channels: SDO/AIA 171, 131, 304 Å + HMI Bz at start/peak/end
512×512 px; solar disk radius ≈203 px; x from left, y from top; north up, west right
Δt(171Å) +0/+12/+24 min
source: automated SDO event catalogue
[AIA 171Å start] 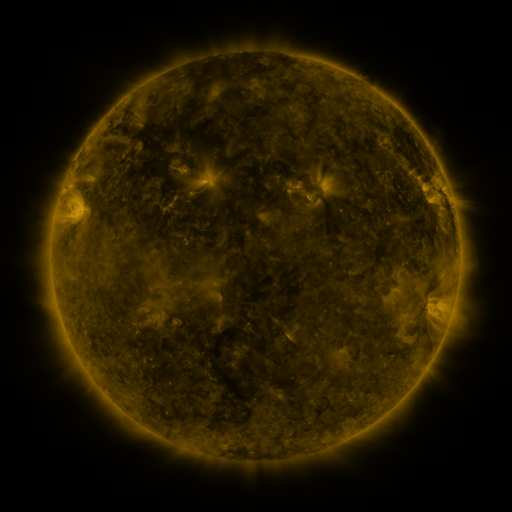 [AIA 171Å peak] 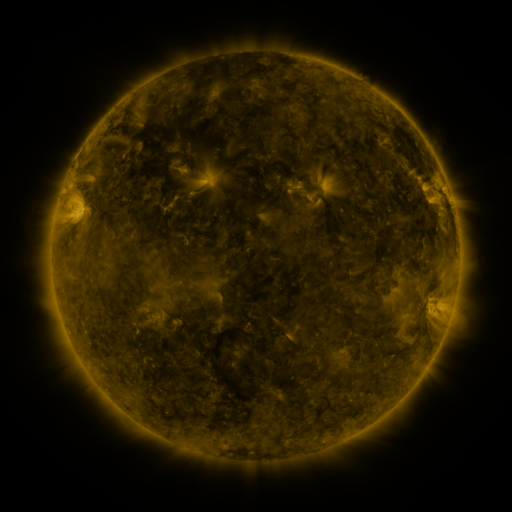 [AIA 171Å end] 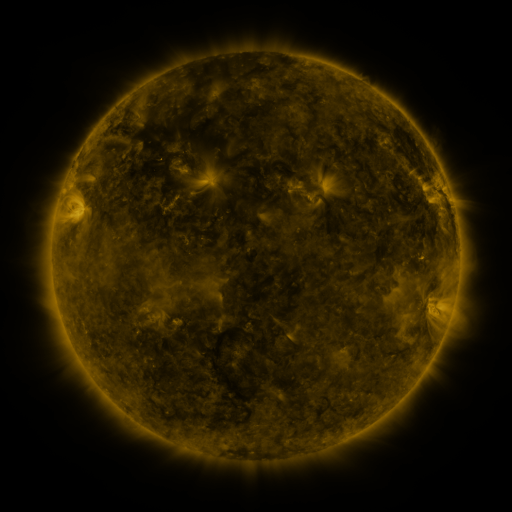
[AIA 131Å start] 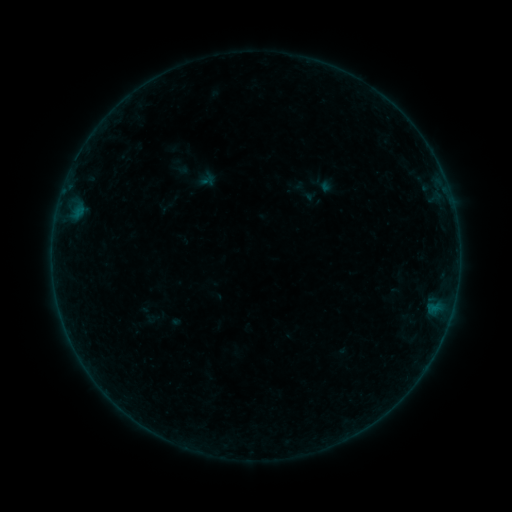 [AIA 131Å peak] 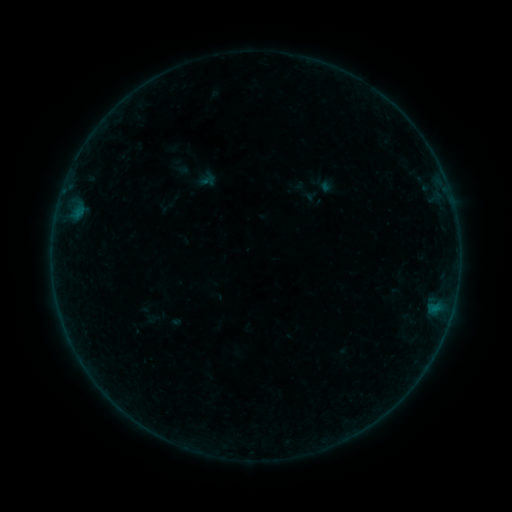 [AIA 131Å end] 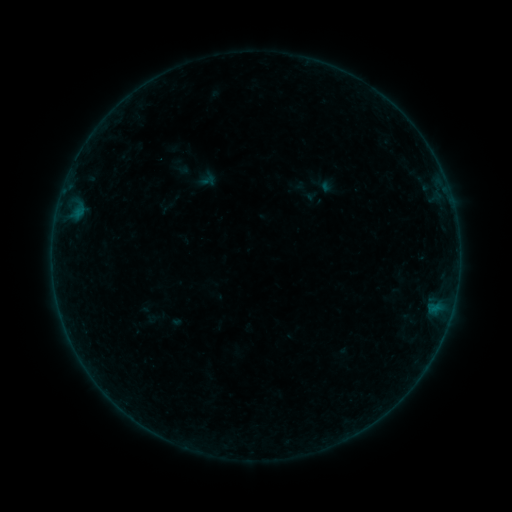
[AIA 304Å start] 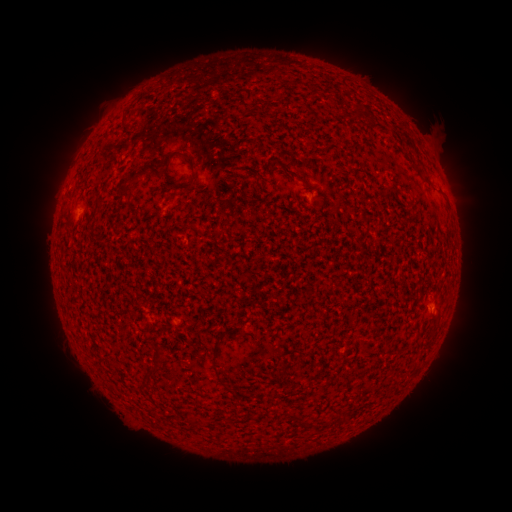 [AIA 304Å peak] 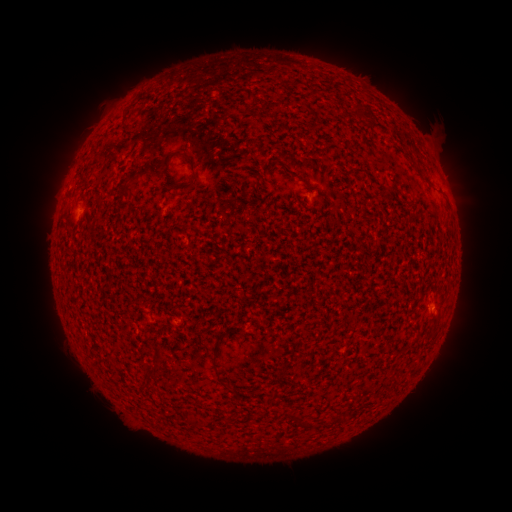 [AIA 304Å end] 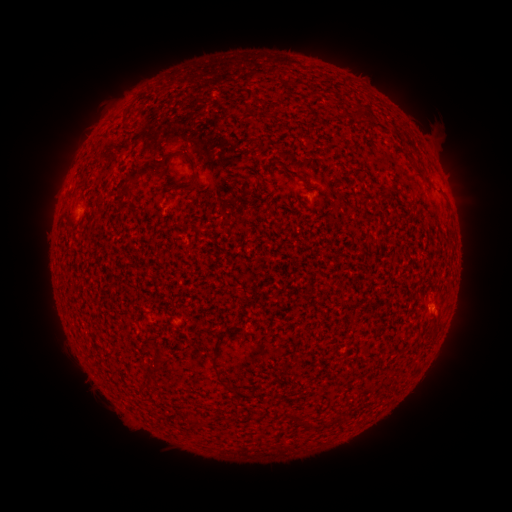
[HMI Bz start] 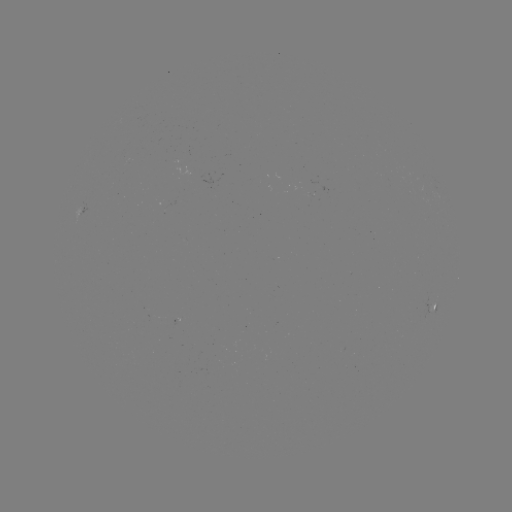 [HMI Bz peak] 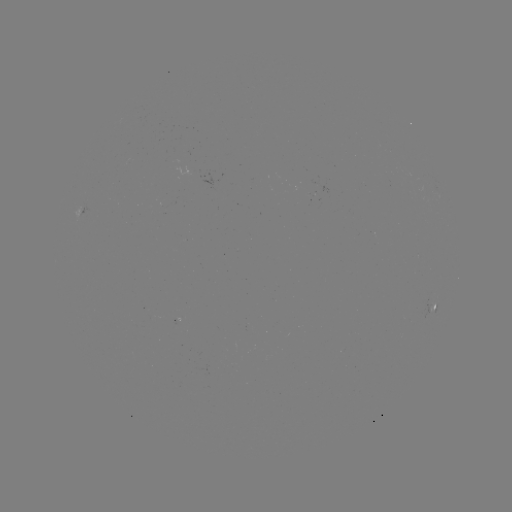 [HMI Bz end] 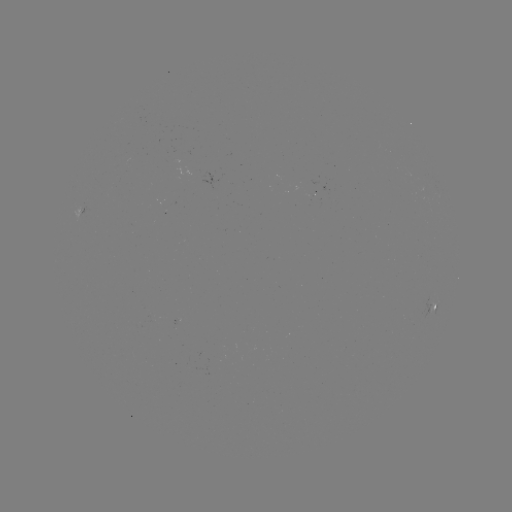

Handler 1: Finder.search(B1.4 flare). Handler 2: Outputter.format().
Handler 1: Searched B1.4 flare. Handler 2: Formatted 84,208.